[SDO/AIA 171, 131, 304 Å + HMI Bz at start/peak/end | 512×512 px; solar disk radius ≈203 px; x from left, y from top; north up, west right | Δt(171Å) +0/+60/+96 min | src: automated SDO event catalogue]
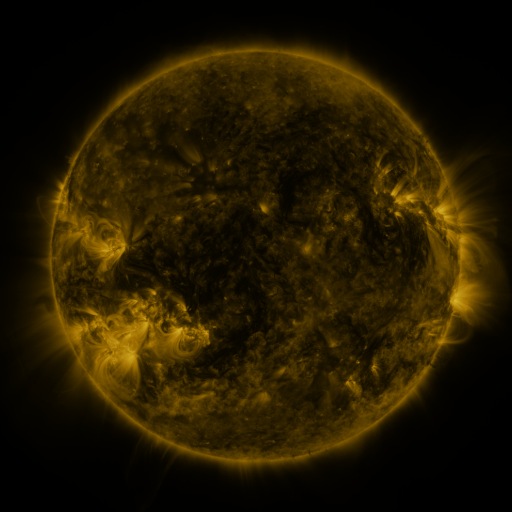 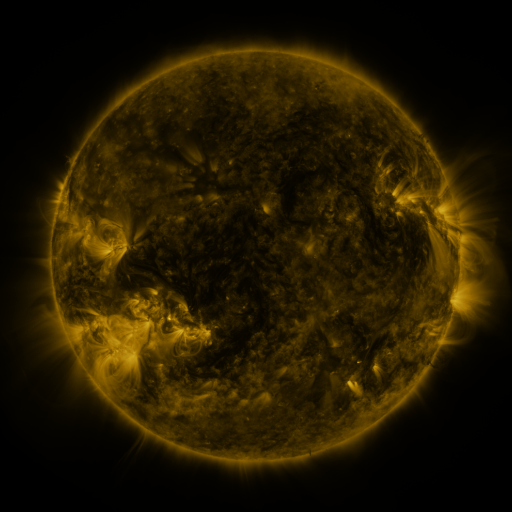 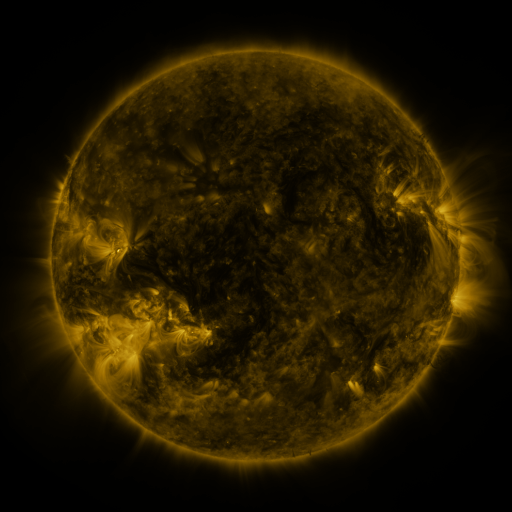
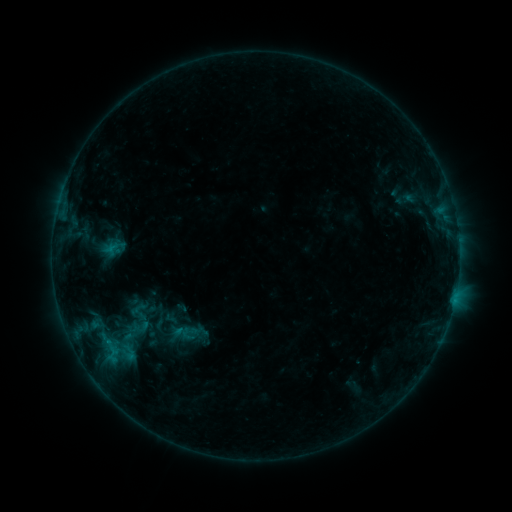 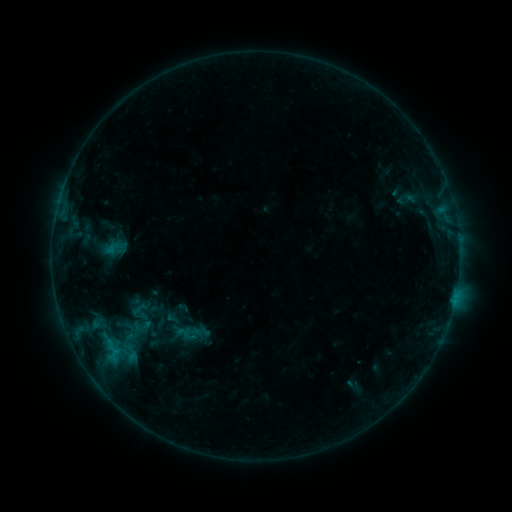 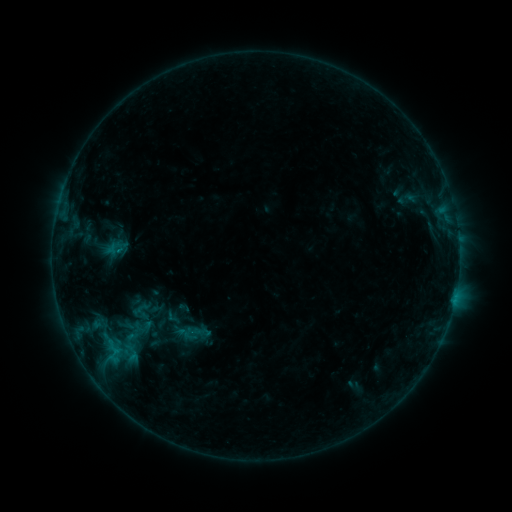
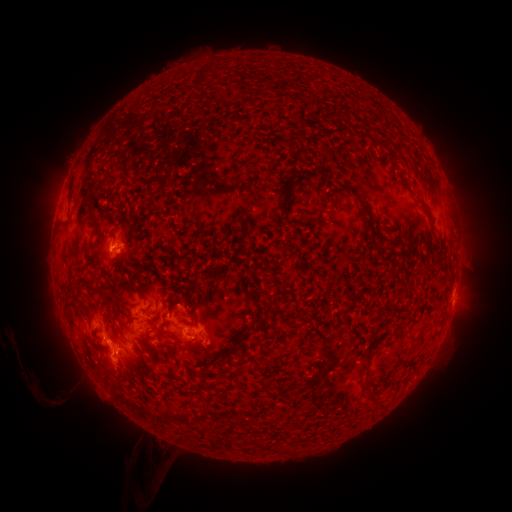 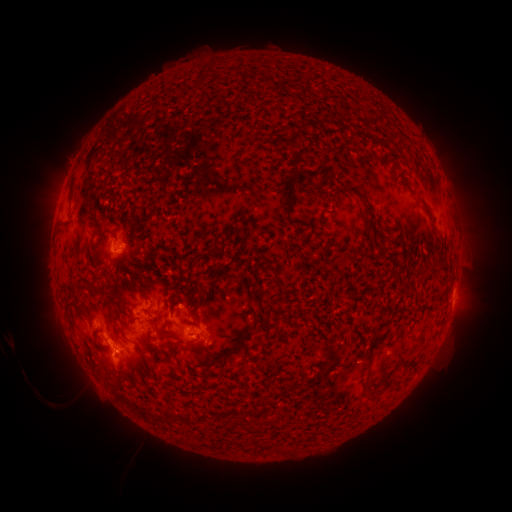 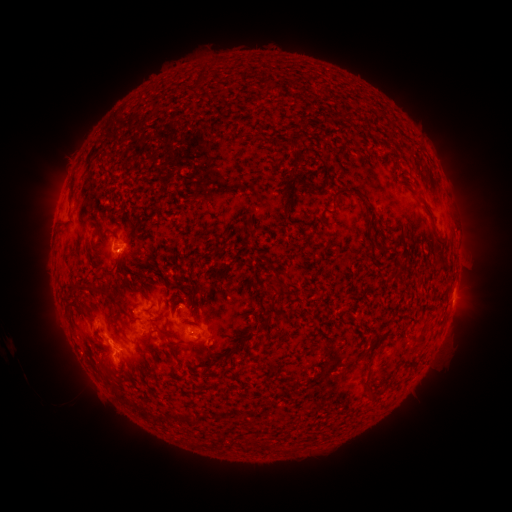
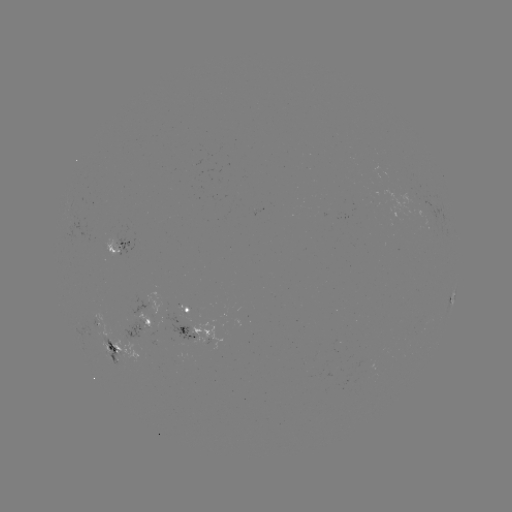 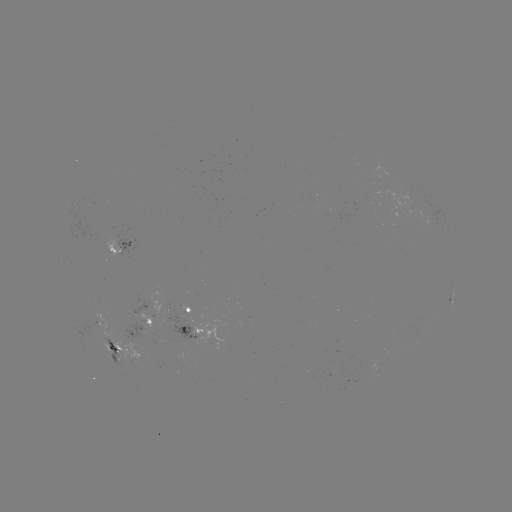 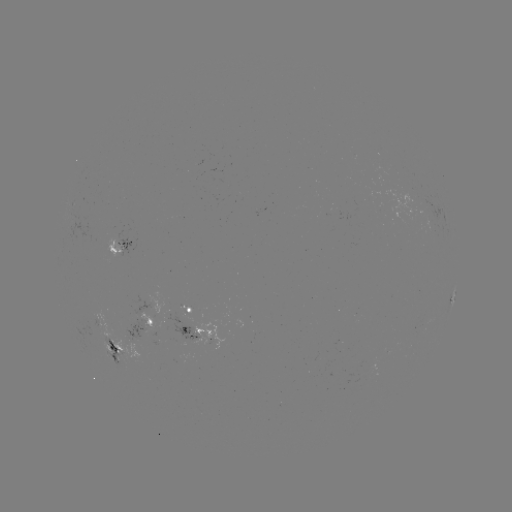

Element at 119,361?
emerging-flux region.